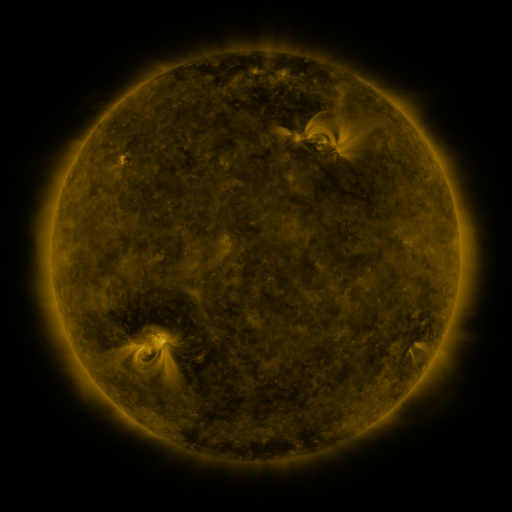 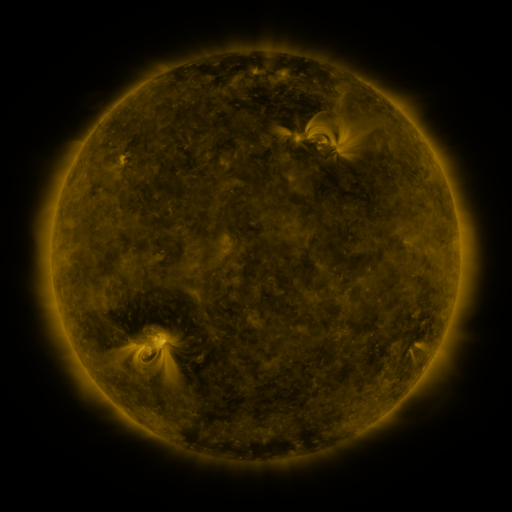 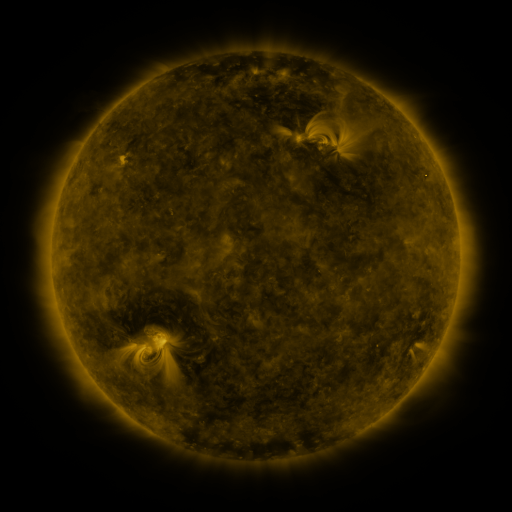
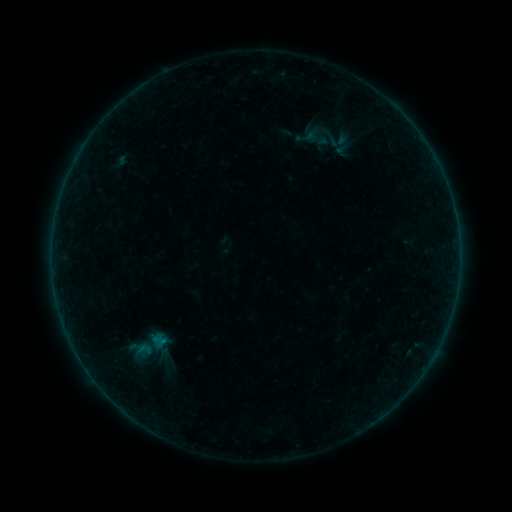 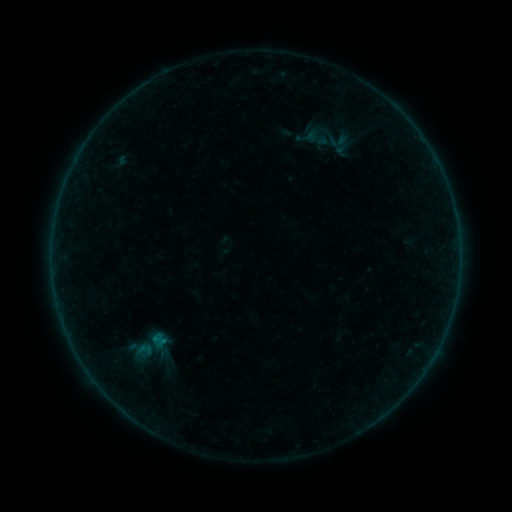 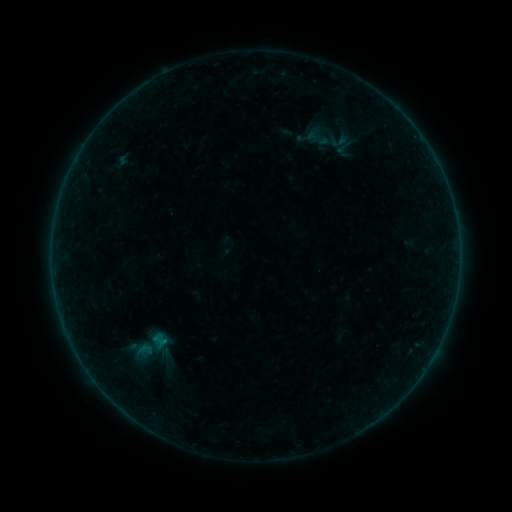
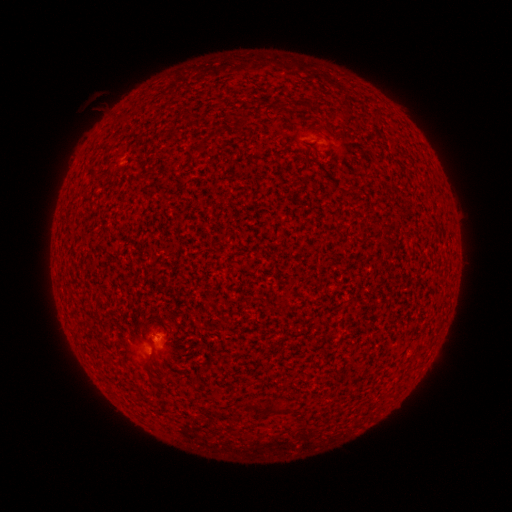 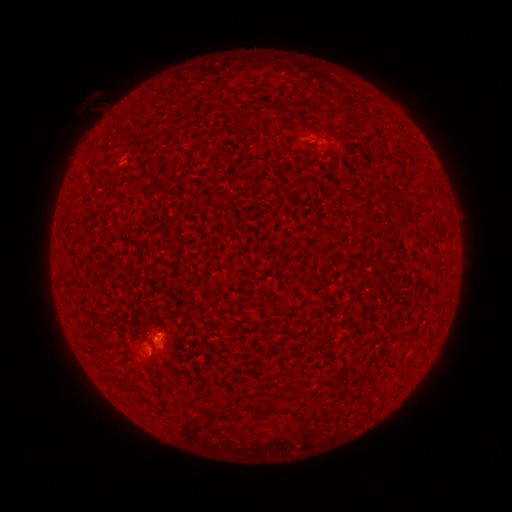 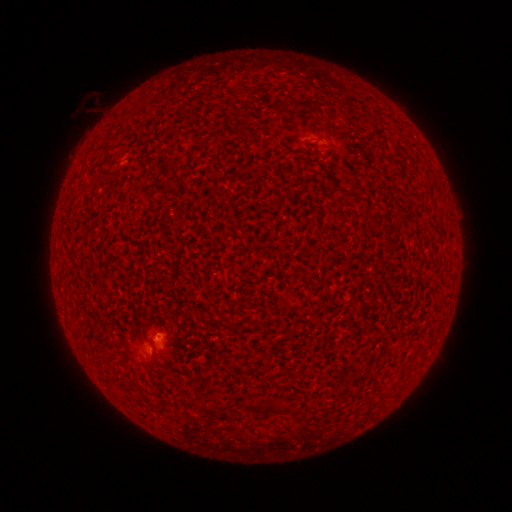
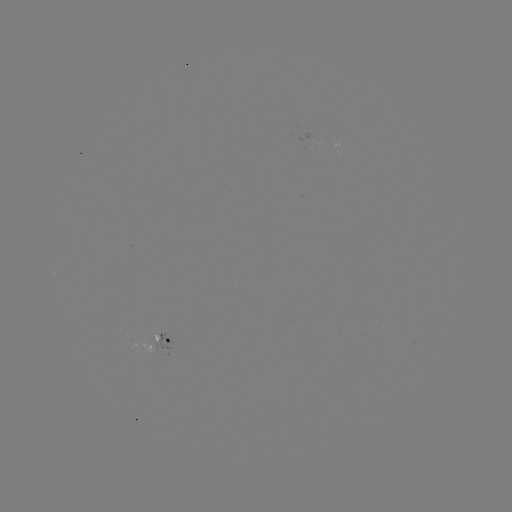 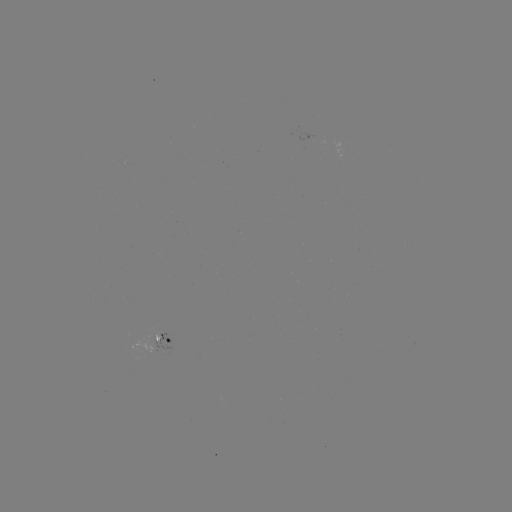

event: flare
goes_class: B1.6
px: (156, 335)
